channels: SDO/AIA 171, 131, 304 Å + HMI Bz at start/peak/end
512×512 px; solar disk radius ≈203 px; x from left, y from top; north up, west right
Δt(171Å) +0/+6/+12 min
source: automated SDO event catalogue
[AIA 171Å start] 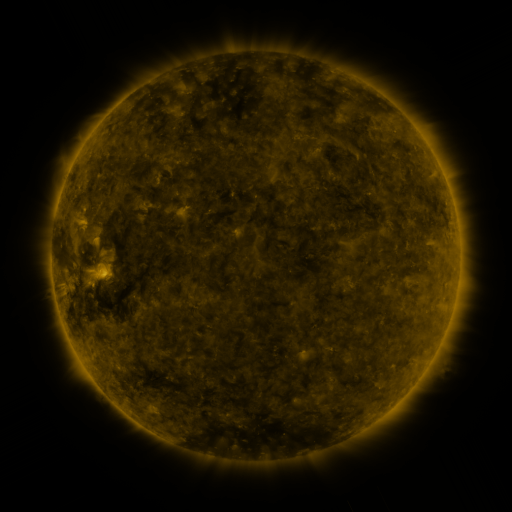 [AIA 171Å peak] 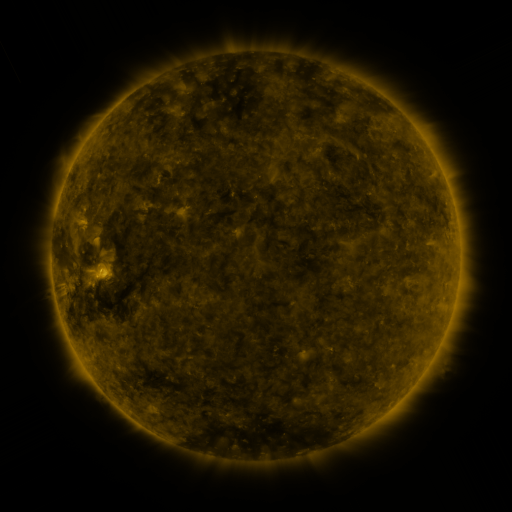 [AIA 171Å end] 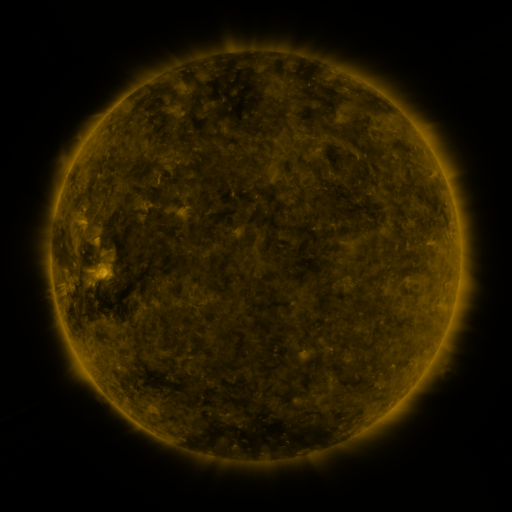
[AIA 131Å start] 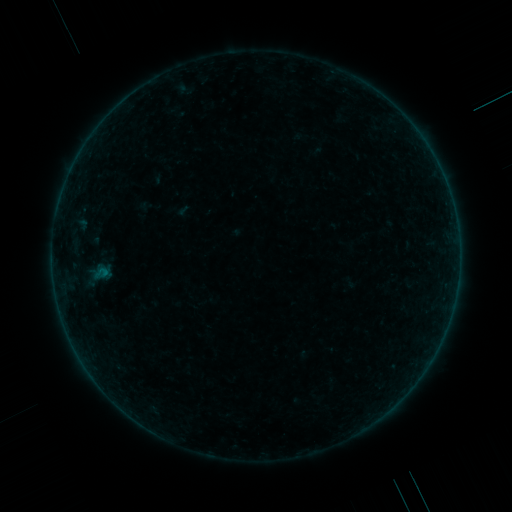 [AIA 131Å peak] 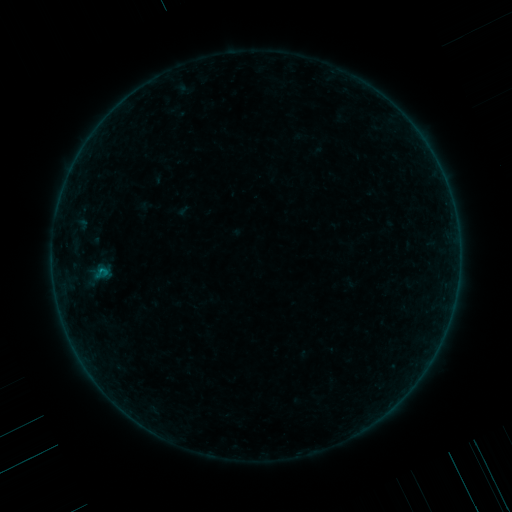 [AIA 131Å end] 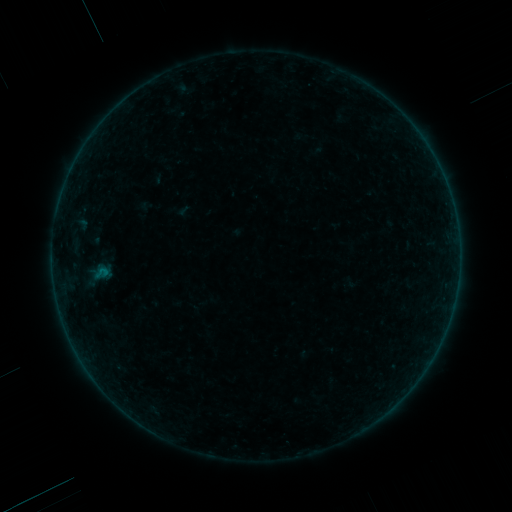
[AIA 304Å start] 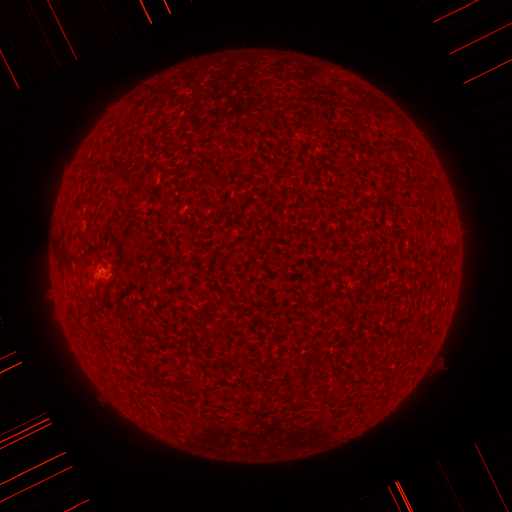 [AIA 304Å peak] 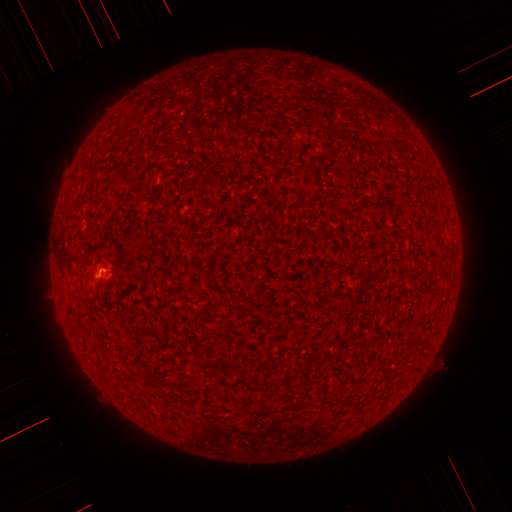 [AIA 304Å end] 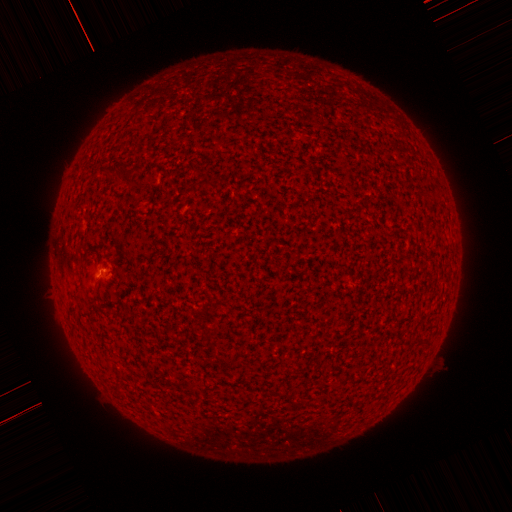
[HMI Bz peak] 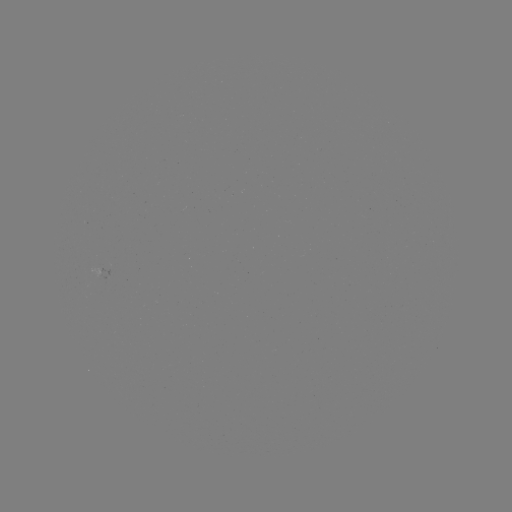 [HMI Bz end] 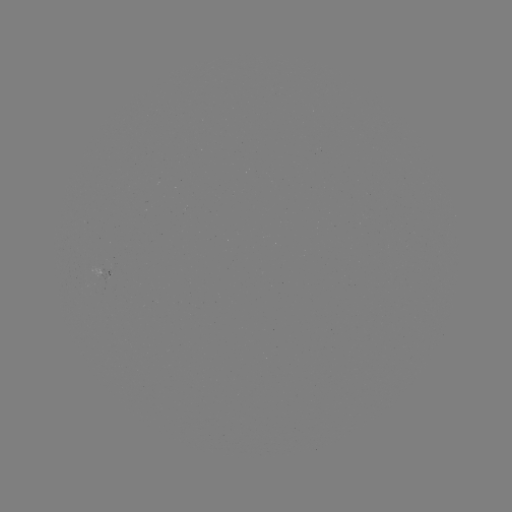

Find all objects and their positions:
B1.1 flare: (103, 269)
